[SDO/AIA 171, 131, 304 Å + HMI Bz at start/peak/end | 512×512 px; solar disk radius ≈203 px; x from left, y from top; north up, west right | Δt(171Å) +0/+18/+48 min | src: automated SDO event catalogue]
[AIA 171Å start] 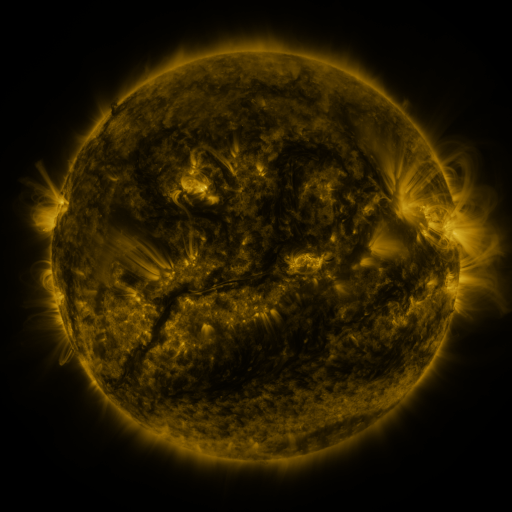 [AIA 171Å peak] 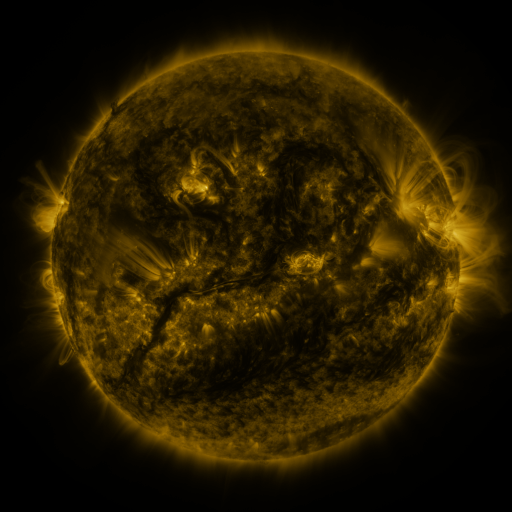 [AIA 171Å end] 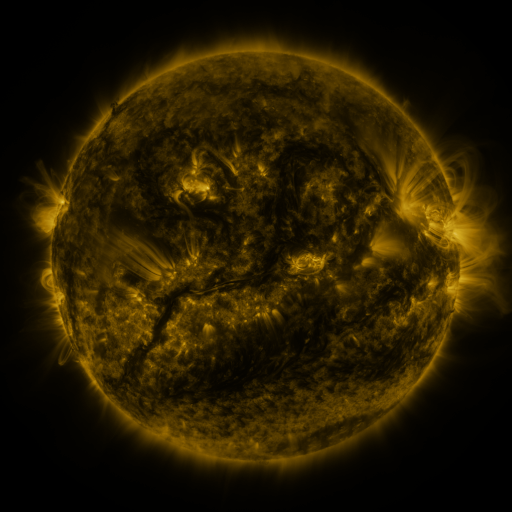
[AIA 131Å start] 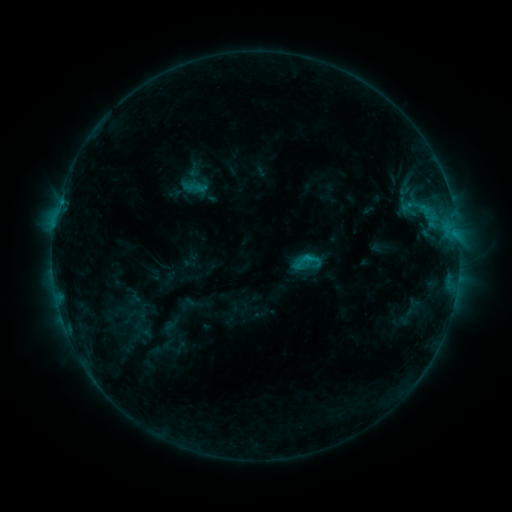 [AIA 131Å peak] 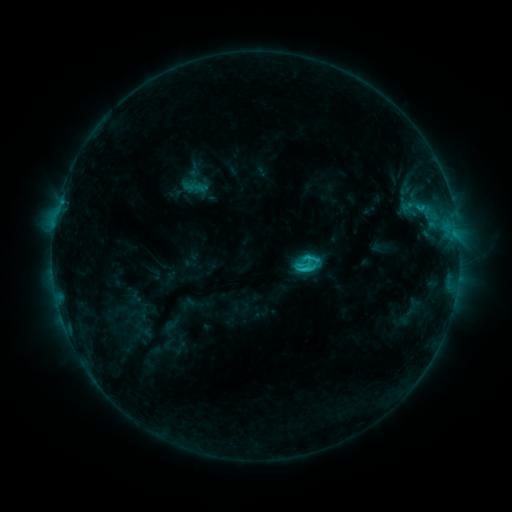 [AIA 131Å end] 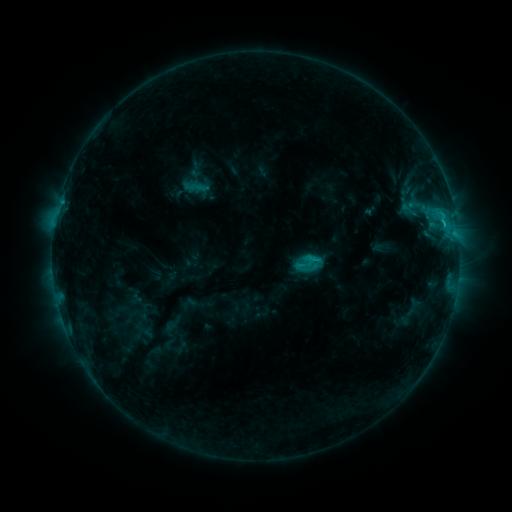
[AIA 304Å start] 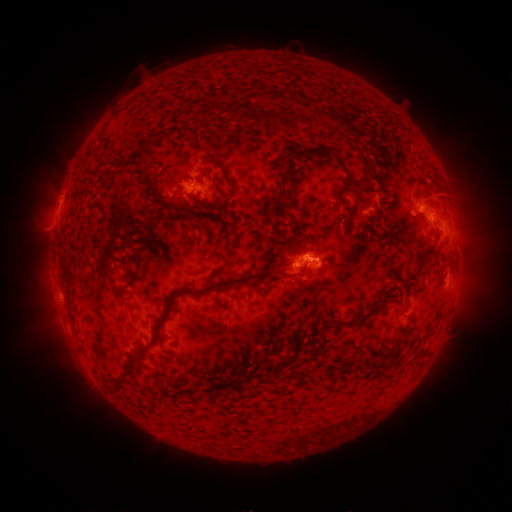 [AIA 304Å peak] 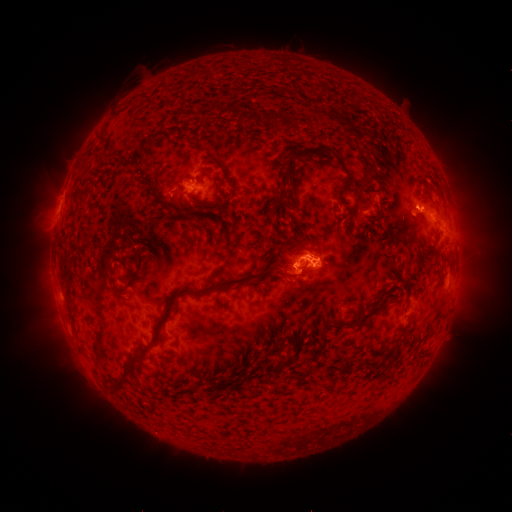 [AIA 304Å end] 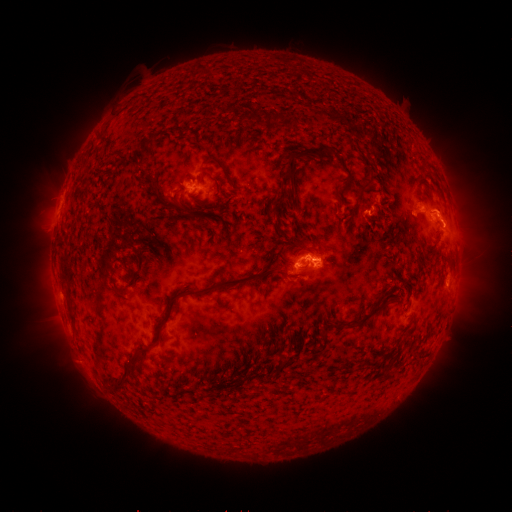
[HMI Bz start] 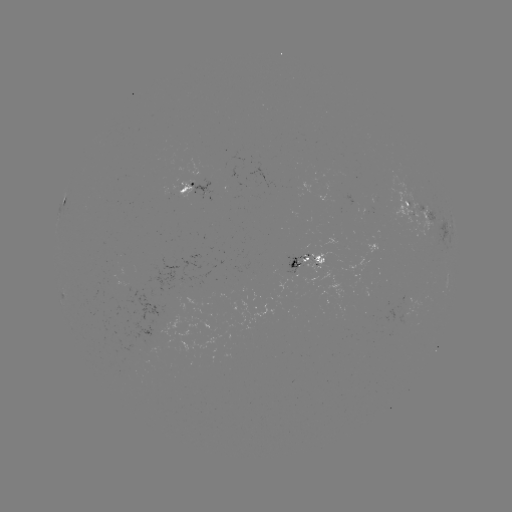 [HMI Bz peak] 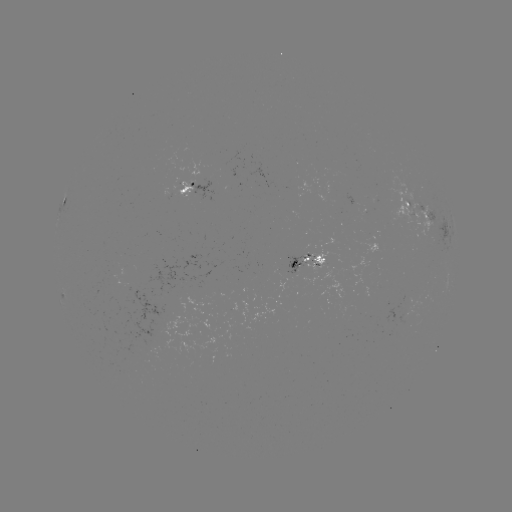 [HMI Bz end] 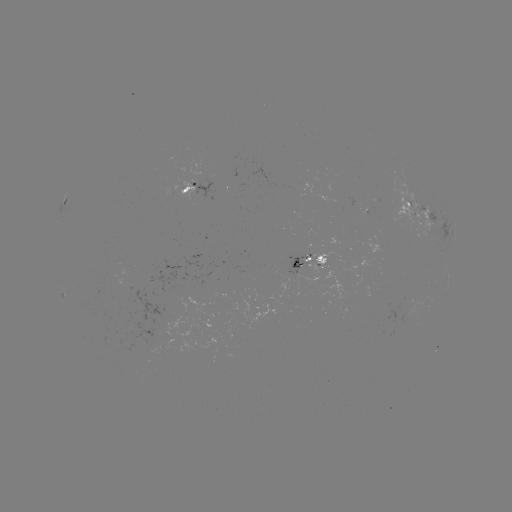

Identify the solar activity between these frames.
C2.6 flare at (301, 265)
